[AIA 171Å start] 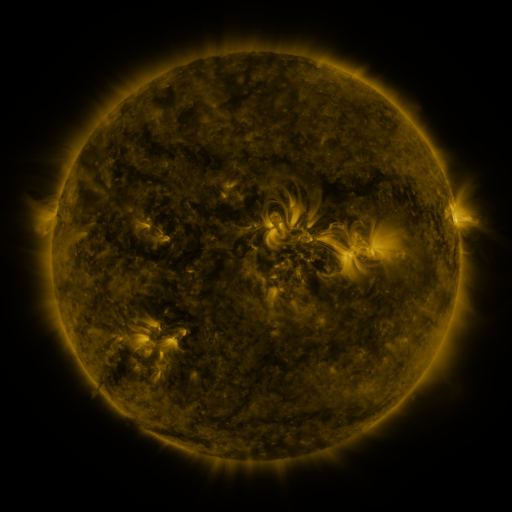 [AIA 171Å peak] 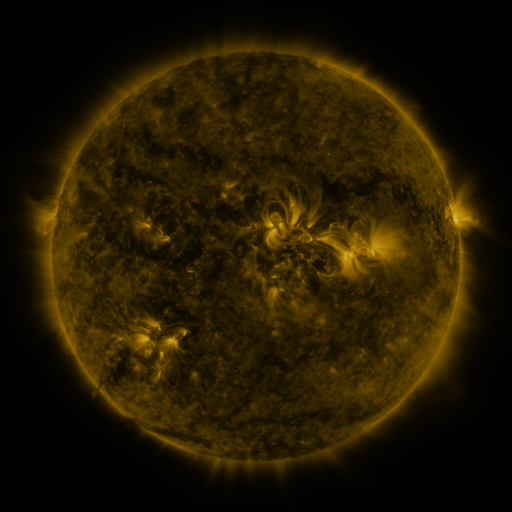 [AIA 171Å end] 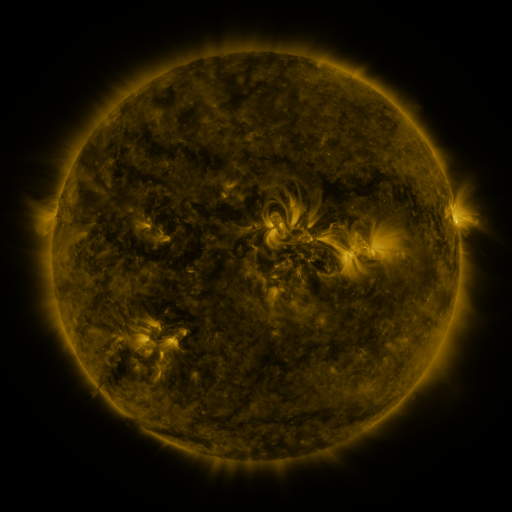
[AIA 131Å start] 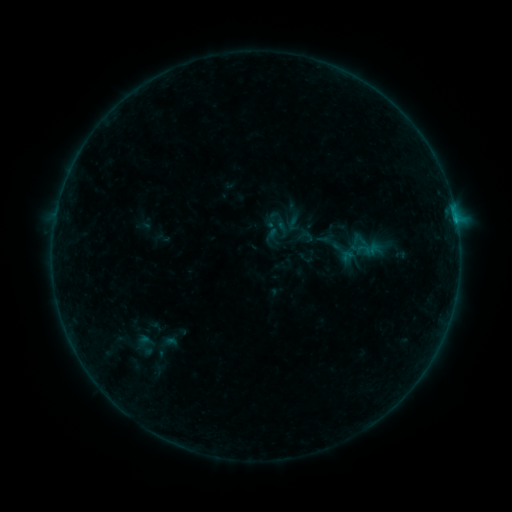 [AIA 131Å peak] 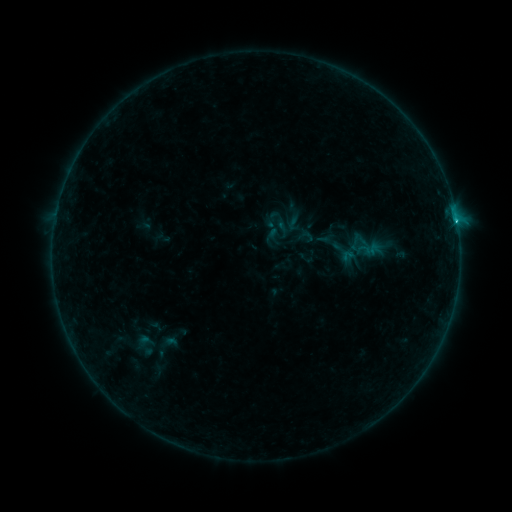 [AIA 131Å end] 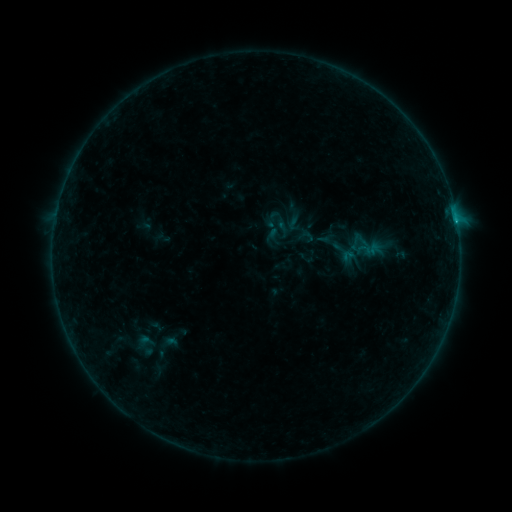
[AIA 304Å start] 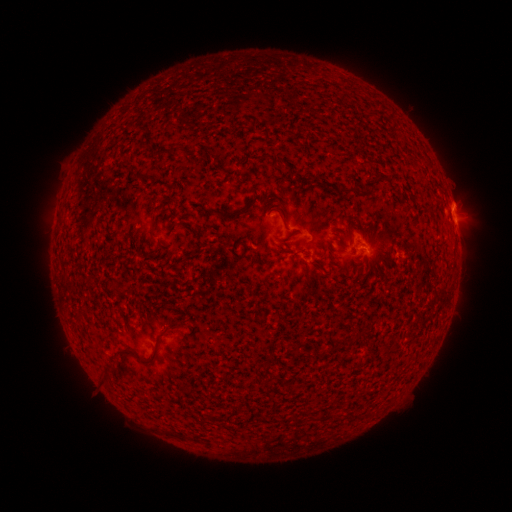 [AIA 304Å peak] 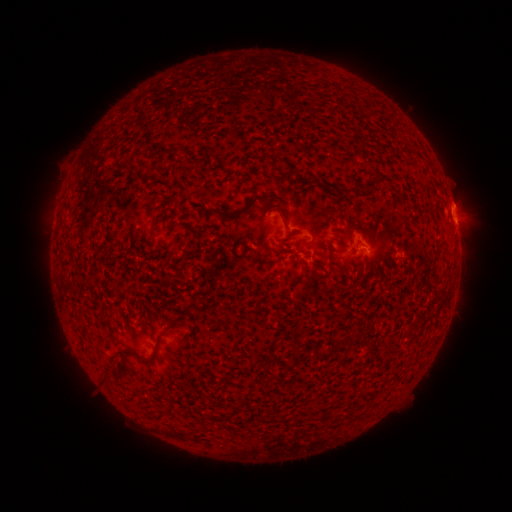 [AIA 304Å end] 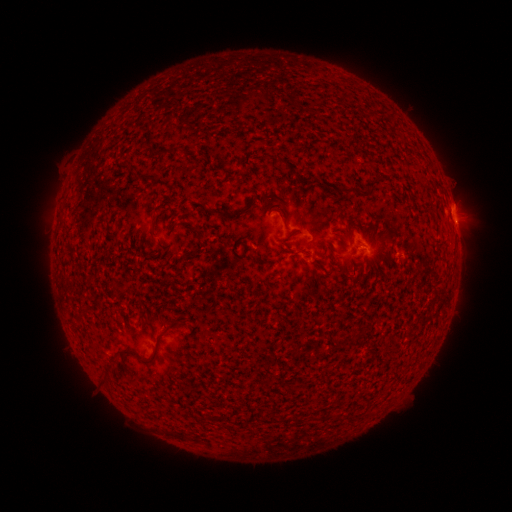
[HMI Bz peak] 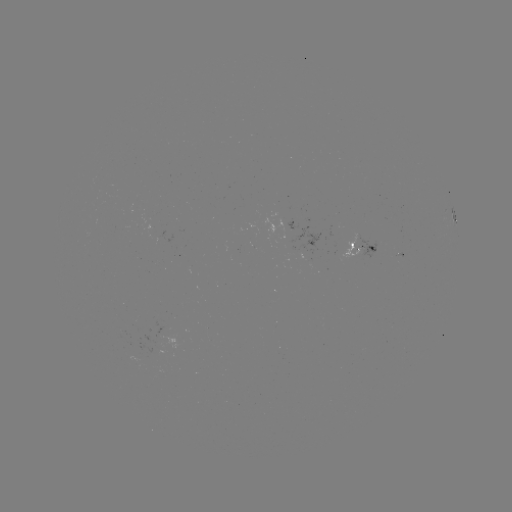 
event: flare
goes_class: B6.5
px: (455, 222)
